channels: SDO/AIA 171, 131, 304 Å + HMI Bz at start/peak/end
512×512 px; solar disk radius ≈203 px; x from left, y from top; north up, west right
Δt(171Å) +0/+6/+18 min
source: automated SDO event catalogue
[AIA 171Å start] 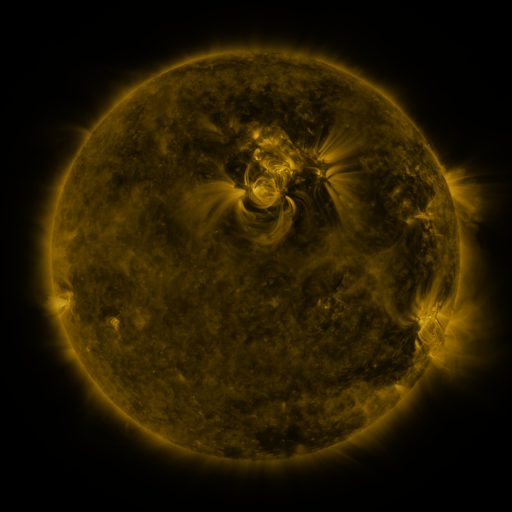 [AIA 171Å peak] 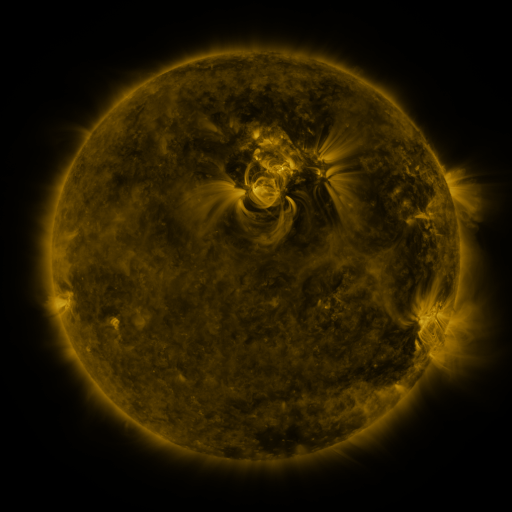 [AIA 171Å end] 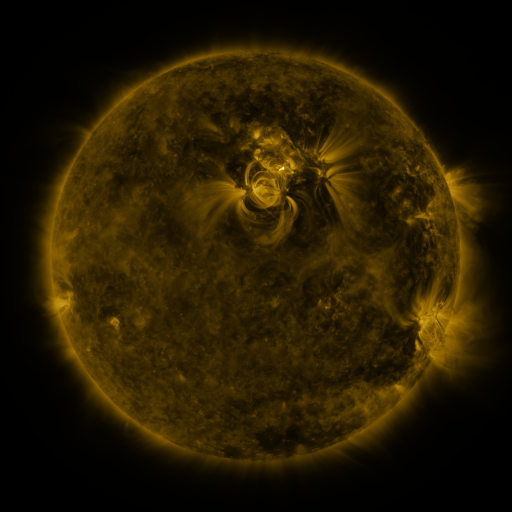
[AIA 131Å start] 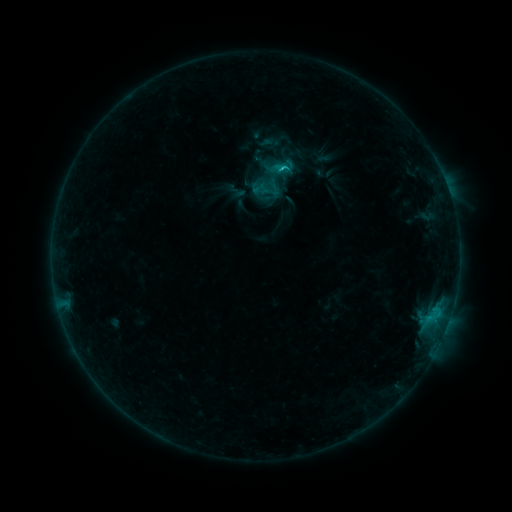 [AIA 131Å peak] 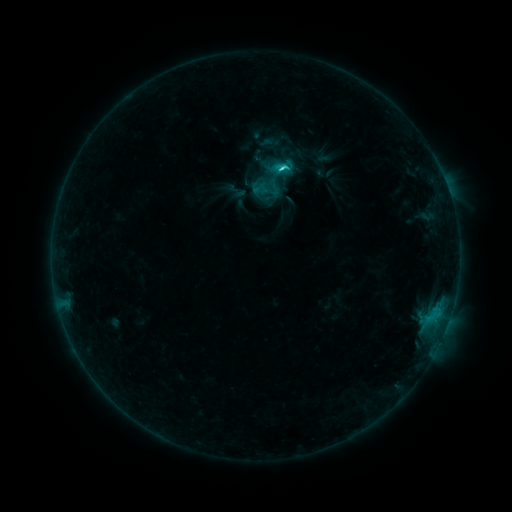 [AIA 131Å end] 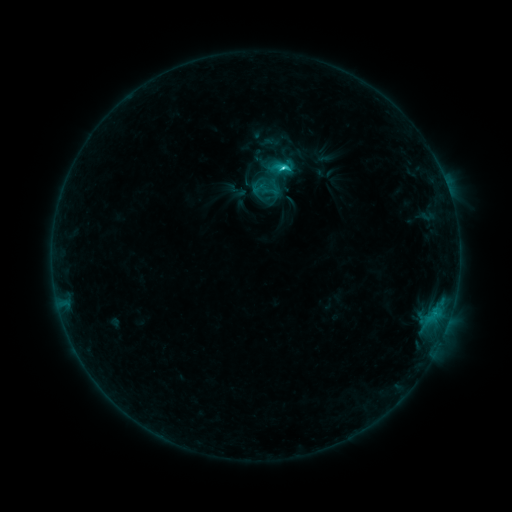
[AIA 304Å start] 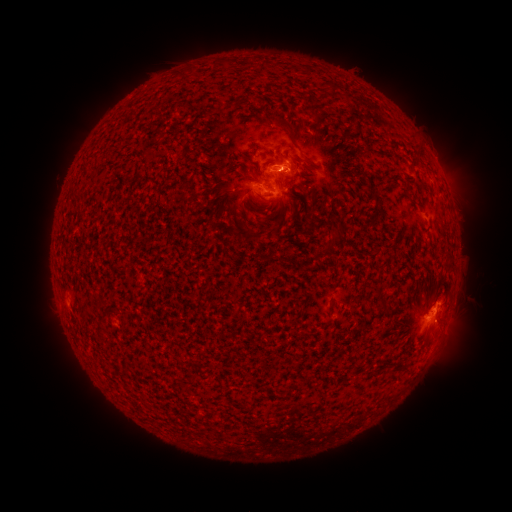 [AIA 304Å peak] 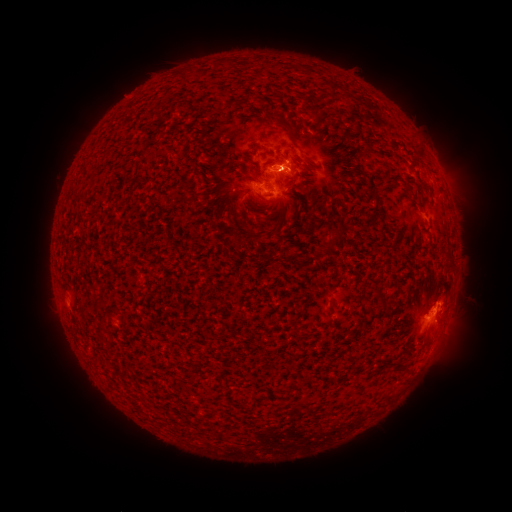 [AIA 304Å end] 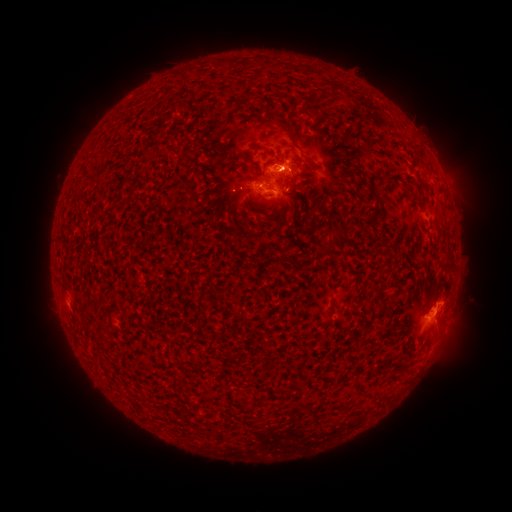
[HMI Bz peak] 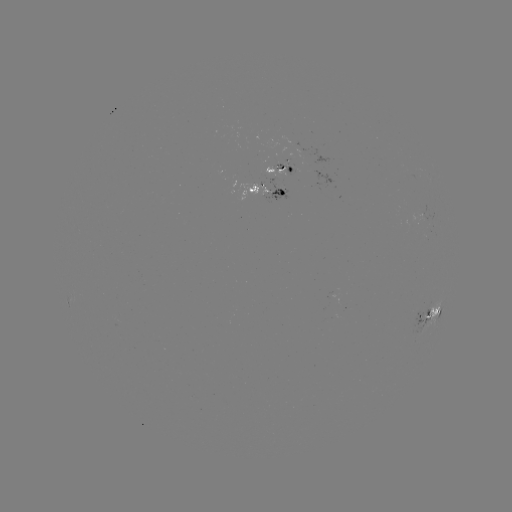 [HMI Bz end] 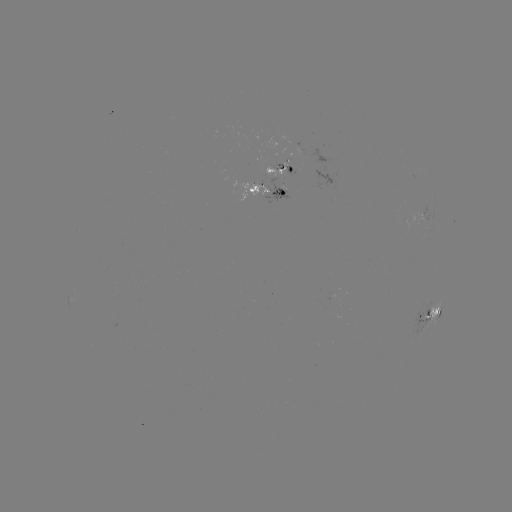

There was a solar flare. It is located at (221, 176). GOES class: C3.4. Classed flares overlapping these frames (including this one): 1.